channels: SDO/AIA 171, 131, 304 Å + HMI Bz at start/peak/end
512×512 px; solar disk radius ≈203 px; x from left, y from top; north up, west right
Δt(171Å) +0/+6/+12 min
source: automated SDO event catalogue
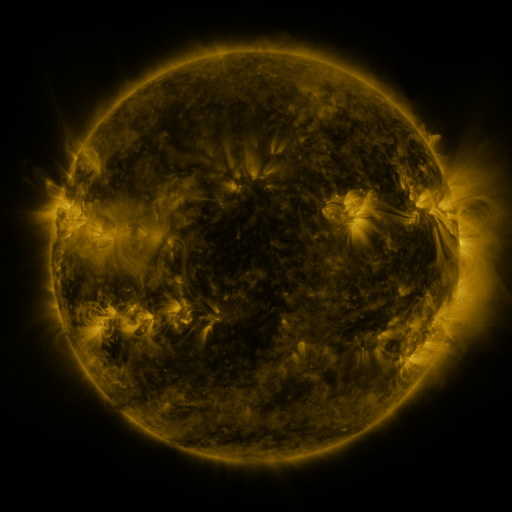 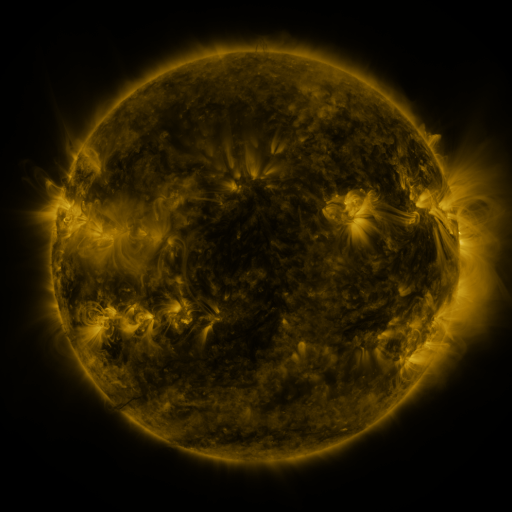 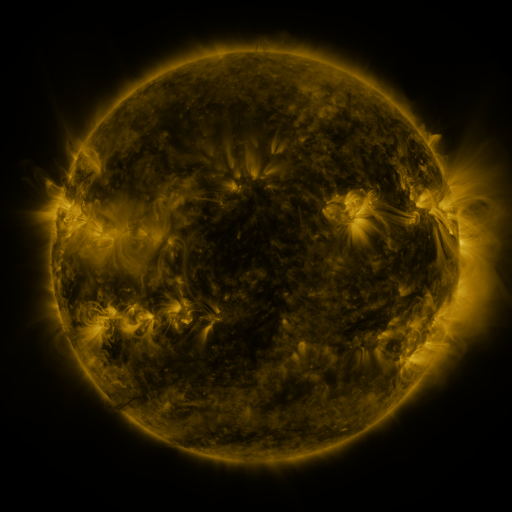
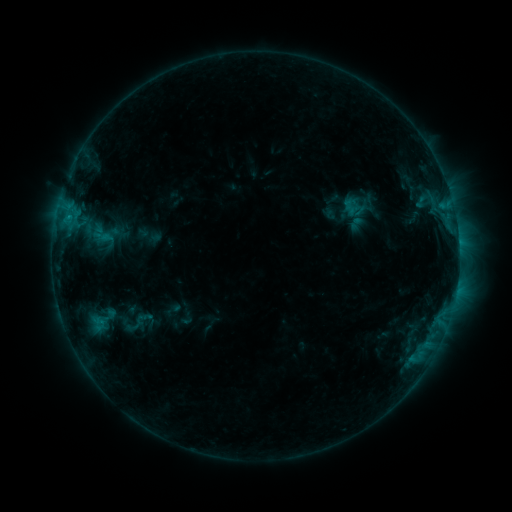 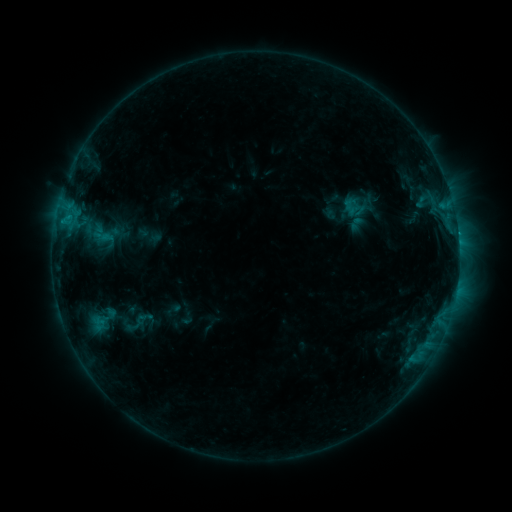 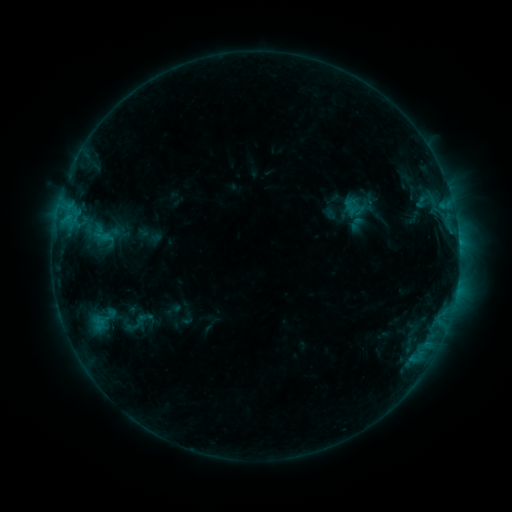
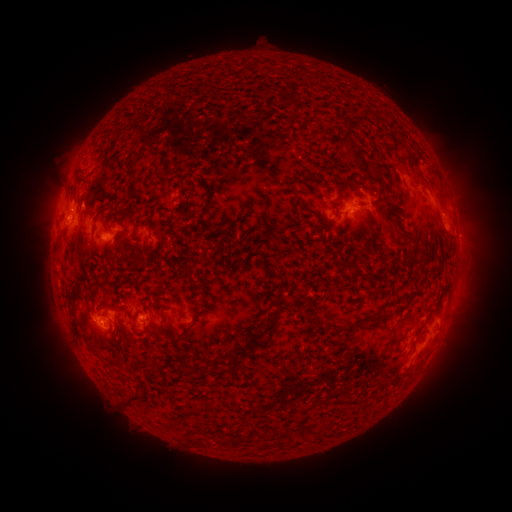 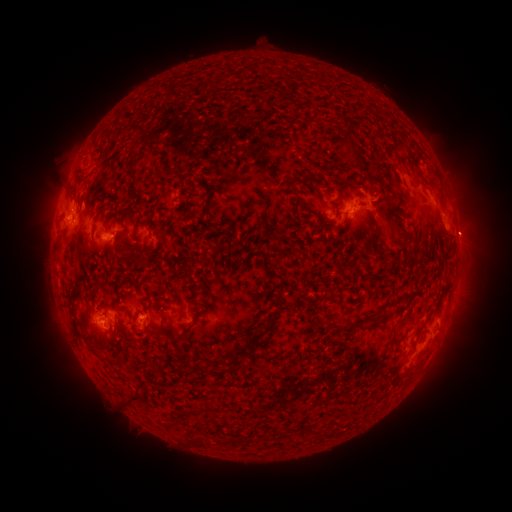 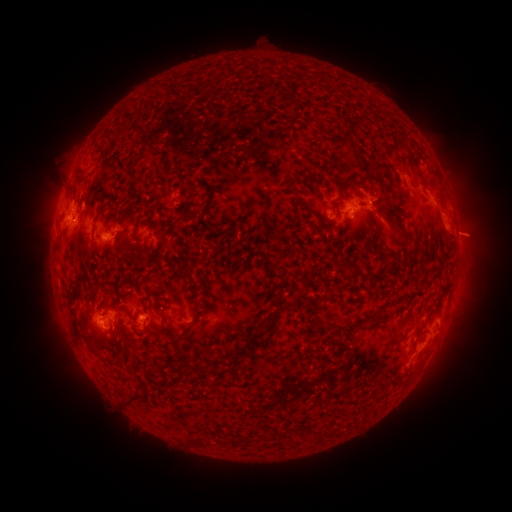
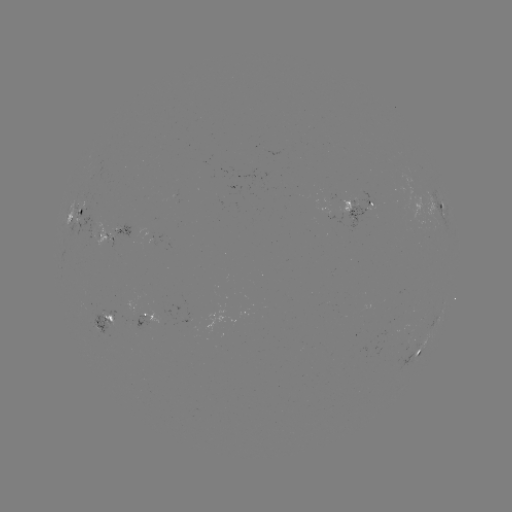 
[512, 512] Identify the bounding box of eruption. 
[444, 206, 504, 260].